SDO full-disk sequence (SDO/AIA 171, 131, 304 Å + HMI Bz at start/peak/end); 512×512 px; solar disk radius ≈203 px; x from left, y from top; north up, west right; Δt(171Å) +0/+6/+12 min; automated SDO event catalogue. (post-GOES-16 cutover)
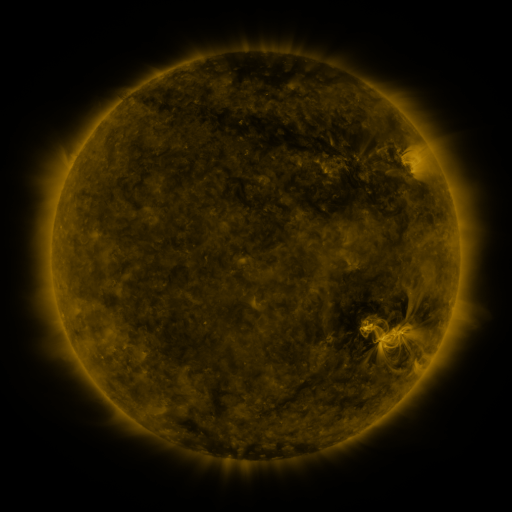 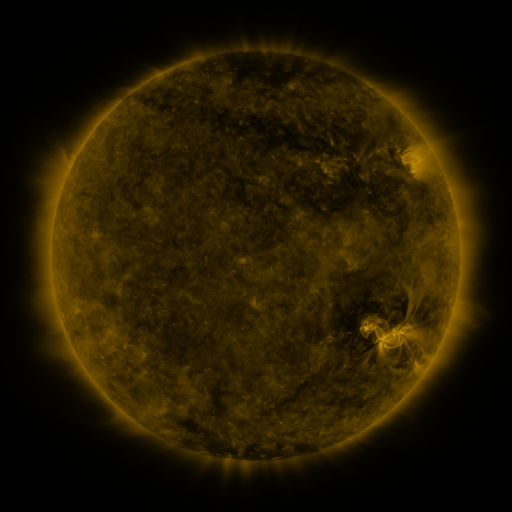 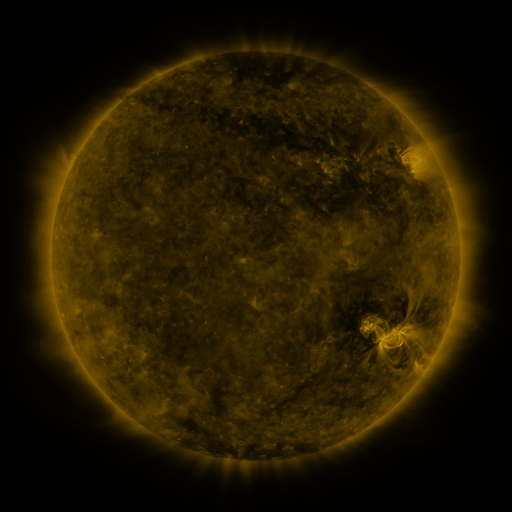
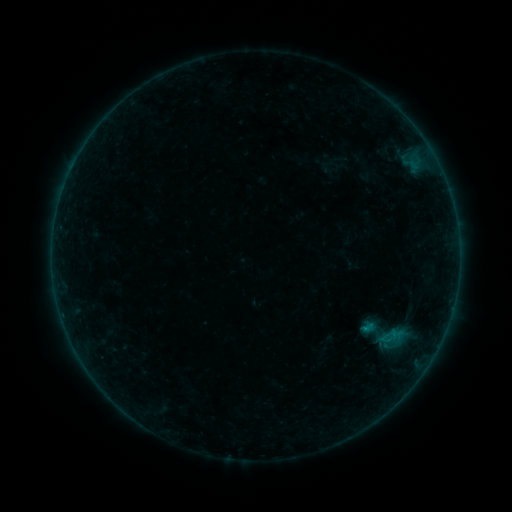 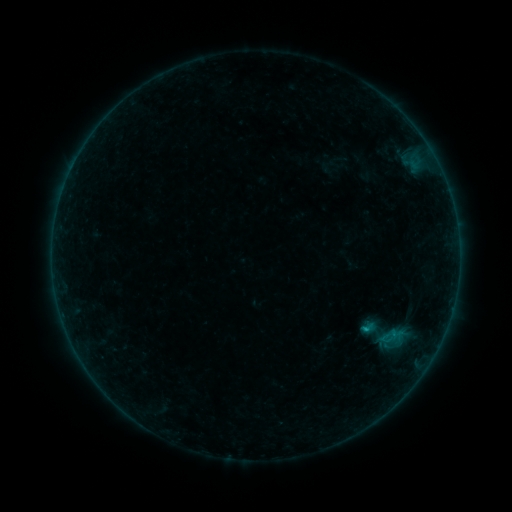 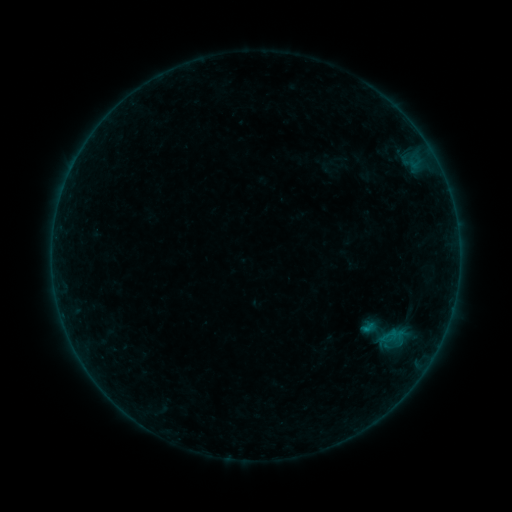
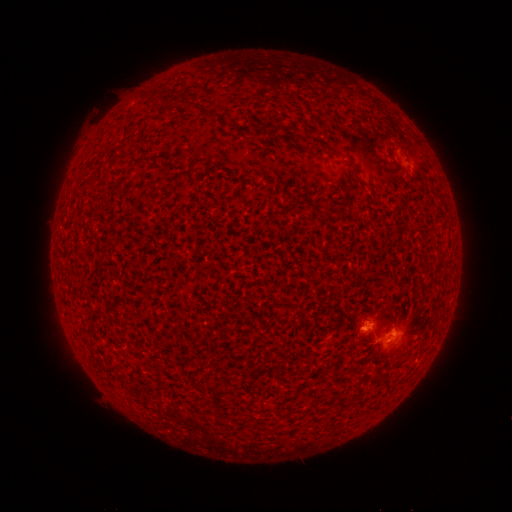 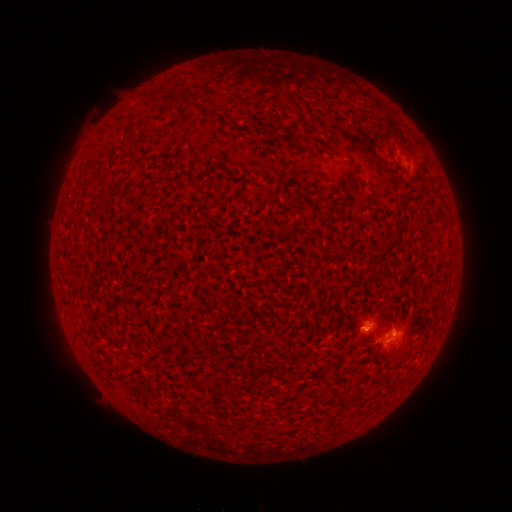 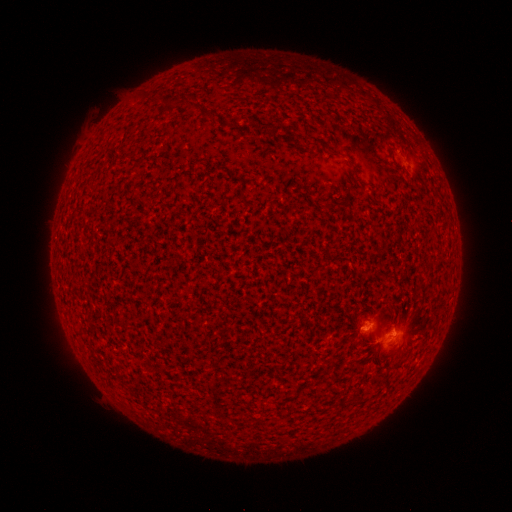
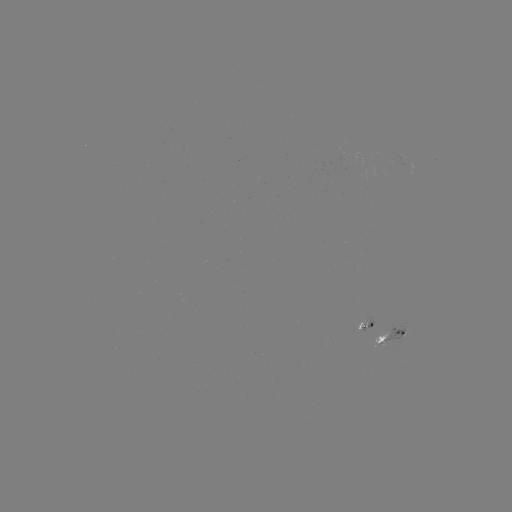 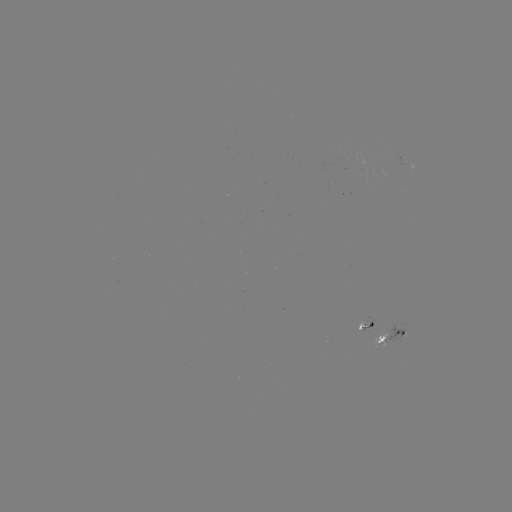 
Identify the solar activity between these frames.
B4.9 flare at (365, 328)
